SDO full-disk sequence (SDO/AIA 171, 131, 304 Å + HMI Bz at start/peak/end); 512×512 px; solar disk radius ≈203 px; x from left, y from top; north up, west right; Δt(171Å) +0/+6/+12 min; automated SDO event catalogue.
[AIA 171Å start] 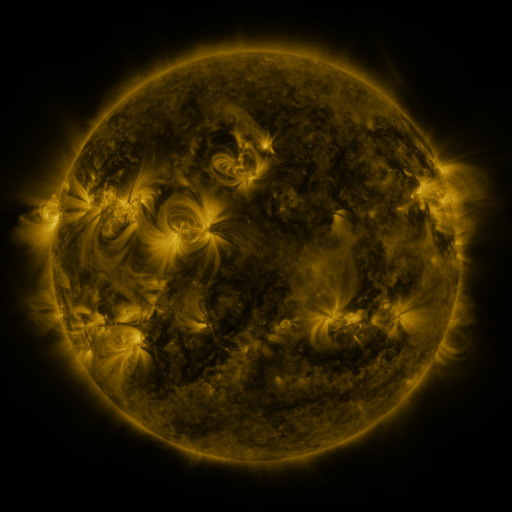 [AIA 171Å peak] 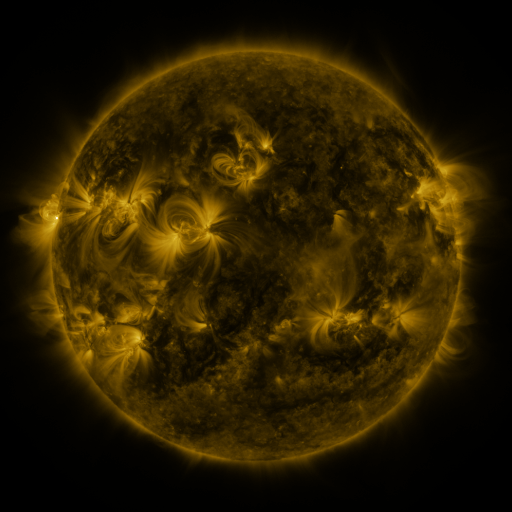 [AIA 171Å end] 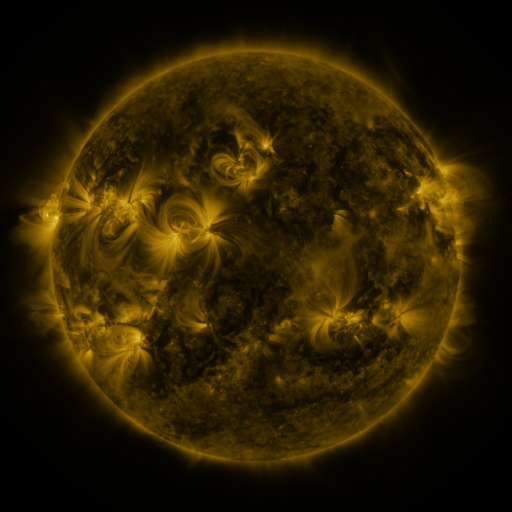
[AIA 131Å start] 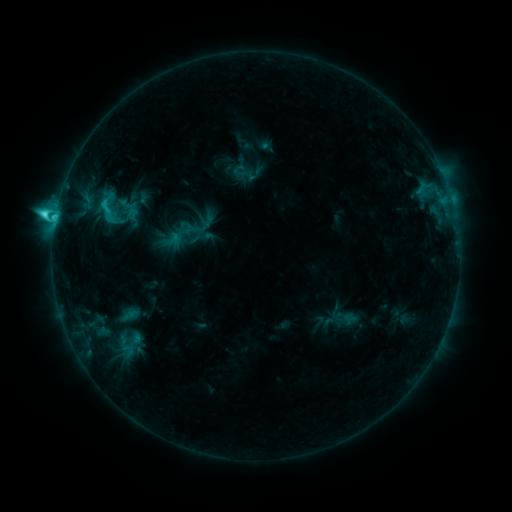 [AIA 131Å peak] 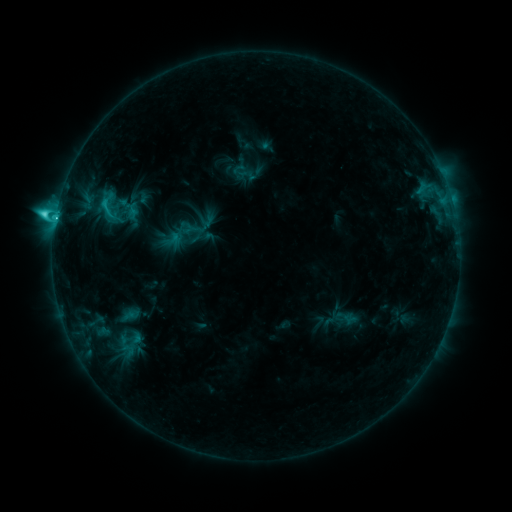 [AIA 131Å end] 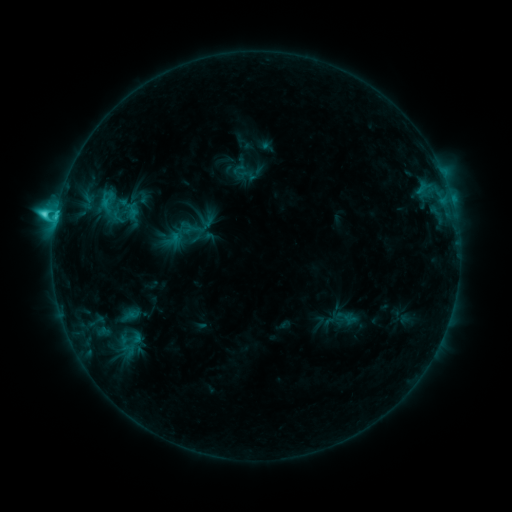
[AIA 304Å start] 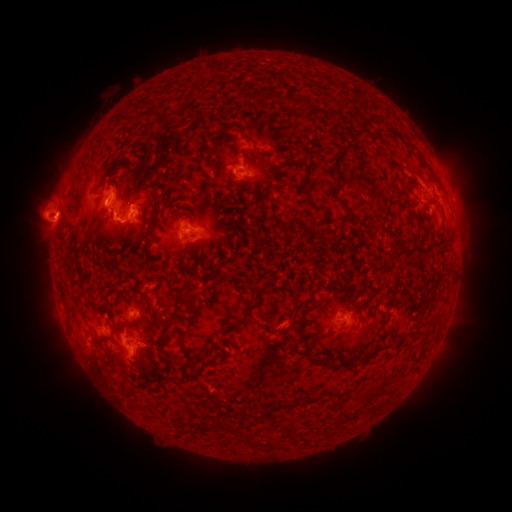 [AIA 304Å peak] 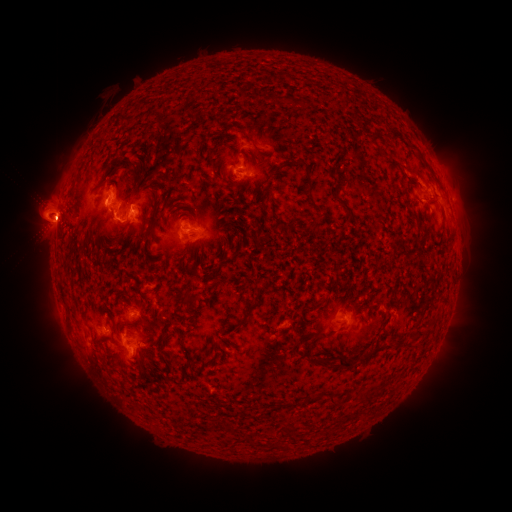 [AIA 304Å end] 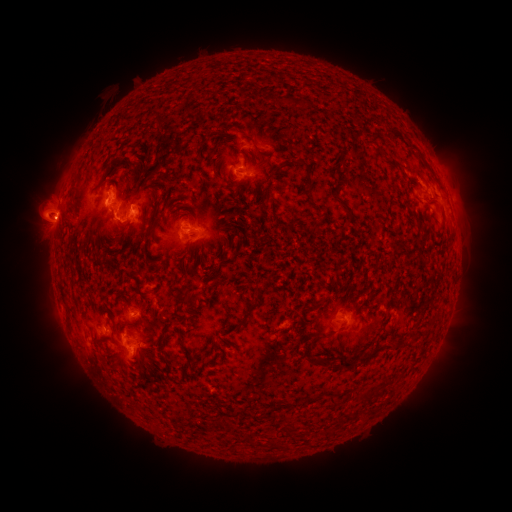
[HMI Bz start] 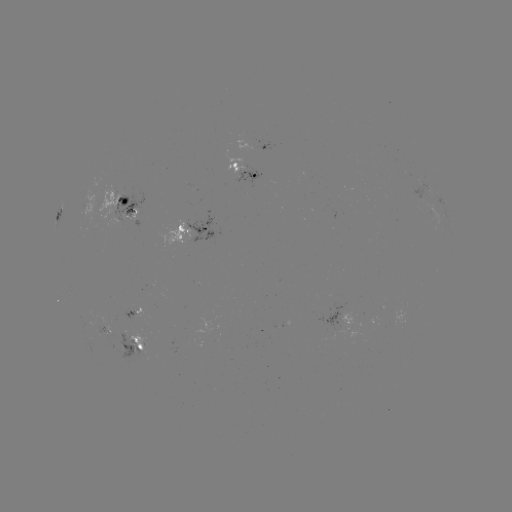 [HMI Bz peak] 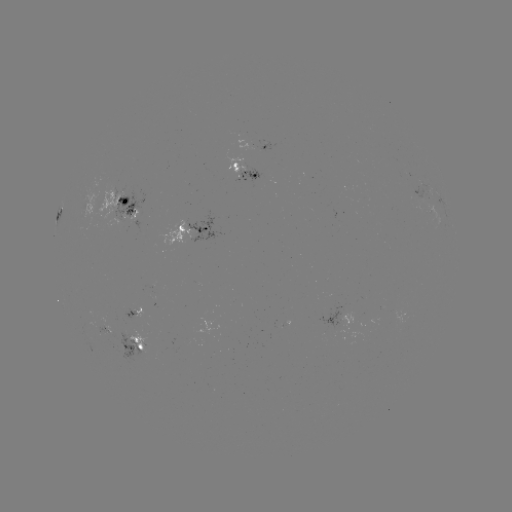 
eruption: [17, 164, 84, 259]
